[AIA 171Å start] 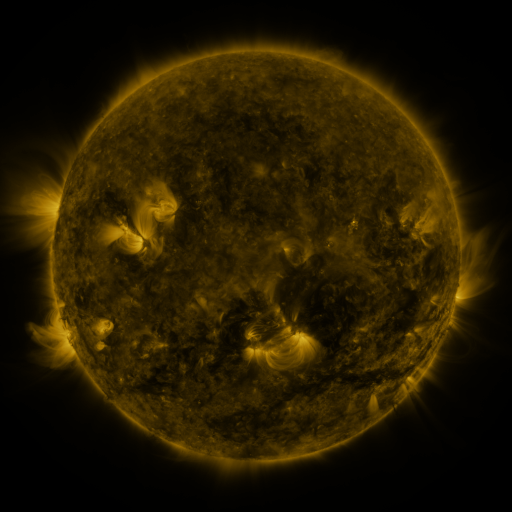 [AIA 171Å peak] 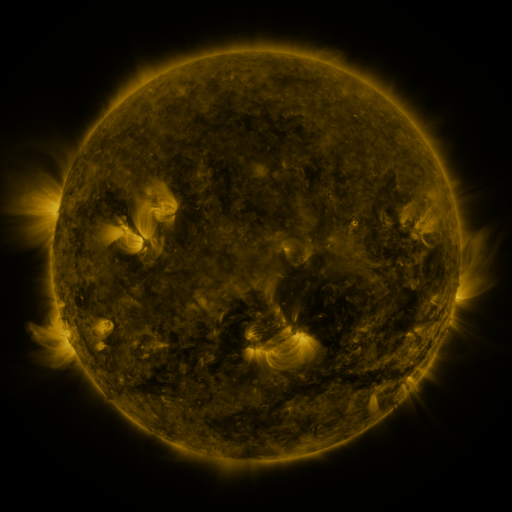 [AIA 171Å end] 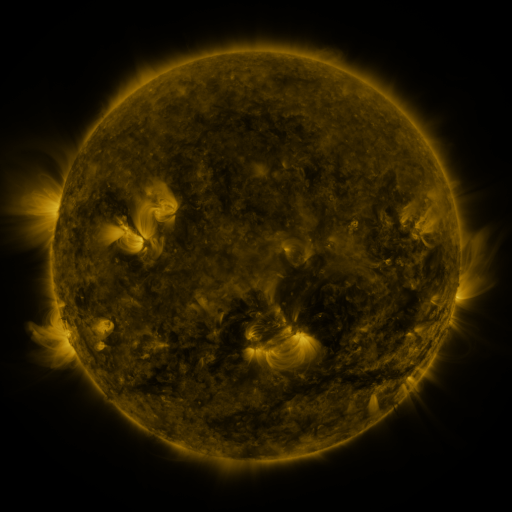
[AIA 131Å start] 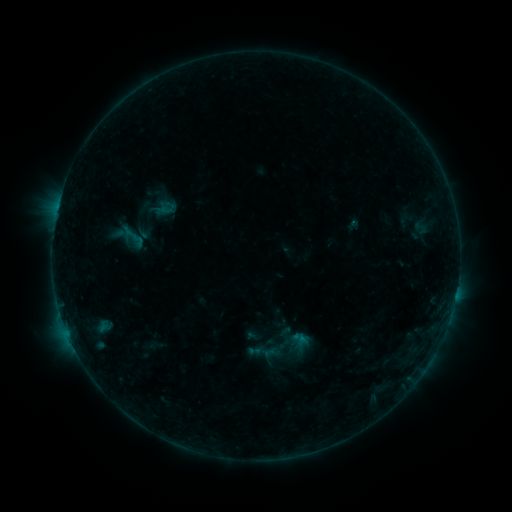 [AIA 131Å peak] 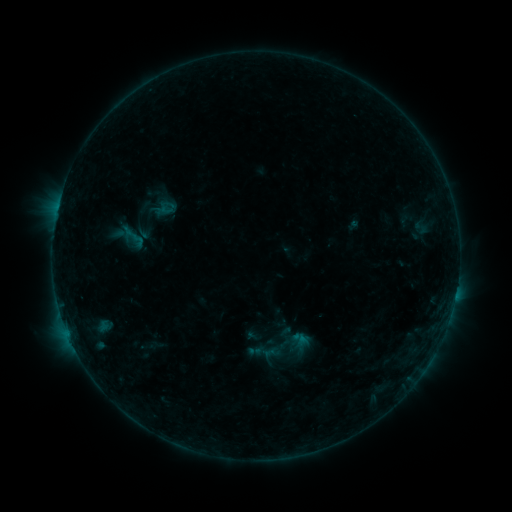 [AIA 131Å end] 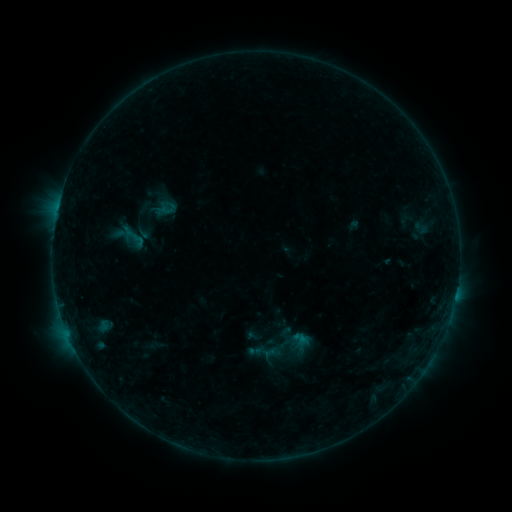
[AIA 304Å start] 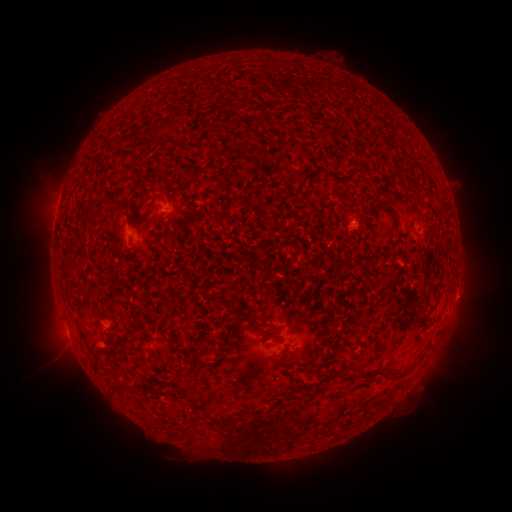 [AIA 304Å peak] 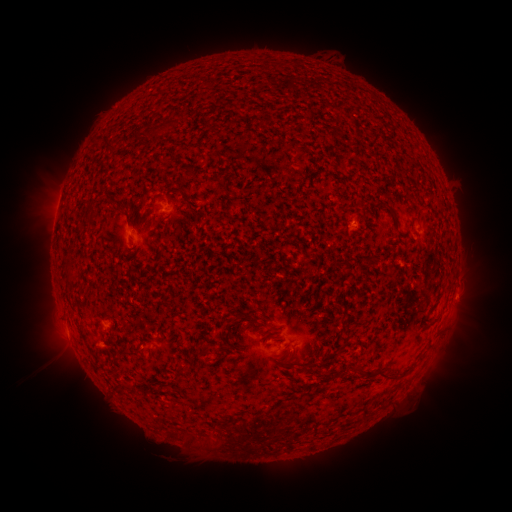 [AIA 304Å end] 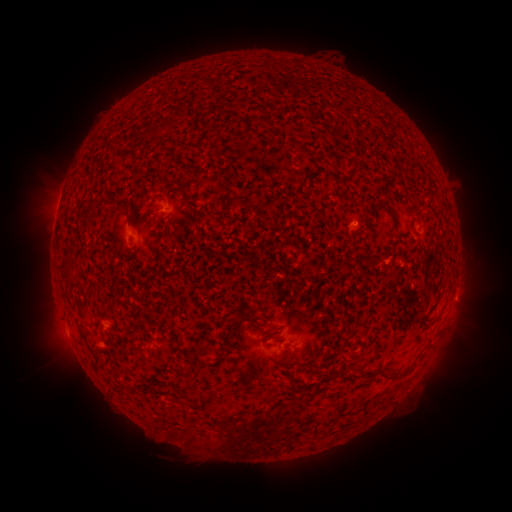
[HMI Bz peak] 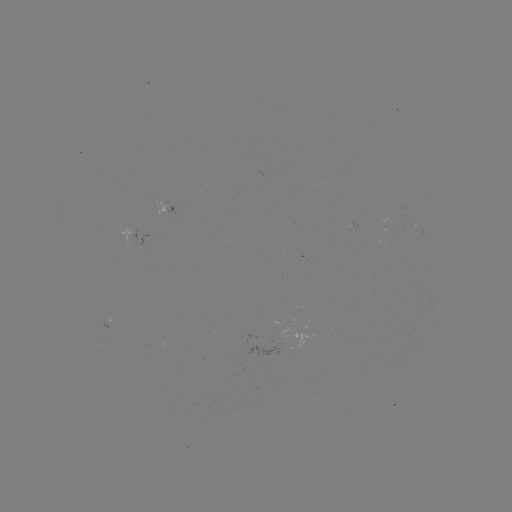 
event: eruption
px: (466, 298)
